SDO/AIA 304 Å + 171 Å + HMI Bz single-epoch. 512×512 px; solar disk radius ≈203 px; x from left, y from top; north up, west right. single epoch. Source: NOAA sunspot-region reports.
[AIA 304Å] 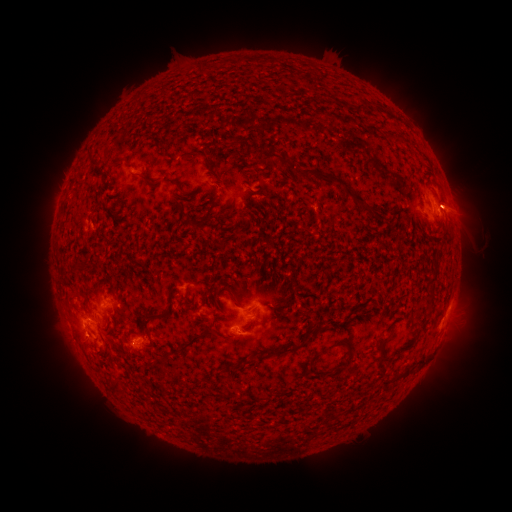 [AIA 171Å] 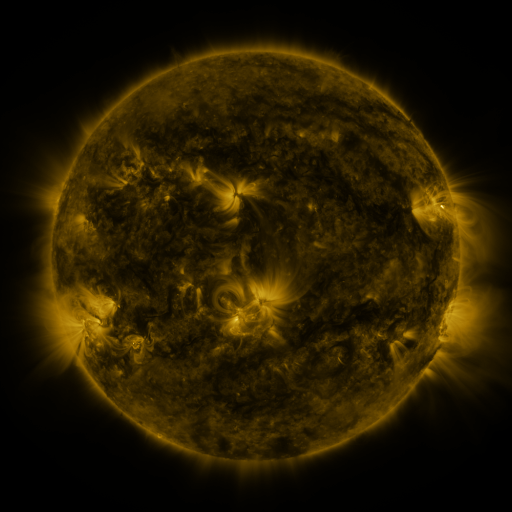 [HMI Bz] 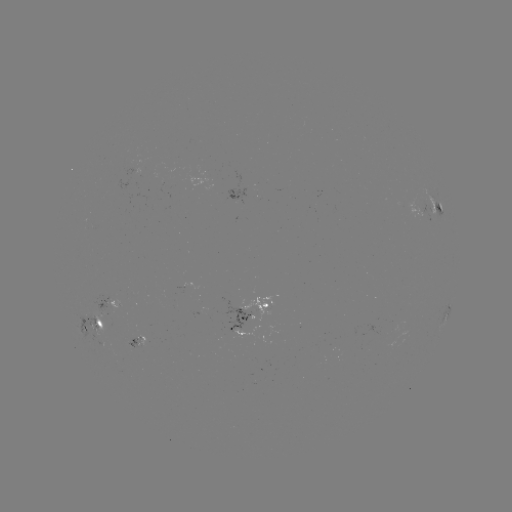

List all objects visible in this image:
spotted active region: (242, 198)
spotted active region: (435, 204)
spotted active region: (419, 208)
spotted active region: (112, 302)
spotted active region: (259, 307)
spotted active region: (446, 316)
spotted active region: (98, 327)
spotted active region: (141, 344)
